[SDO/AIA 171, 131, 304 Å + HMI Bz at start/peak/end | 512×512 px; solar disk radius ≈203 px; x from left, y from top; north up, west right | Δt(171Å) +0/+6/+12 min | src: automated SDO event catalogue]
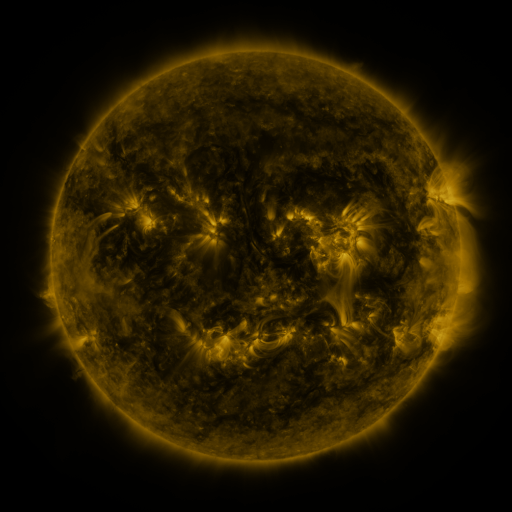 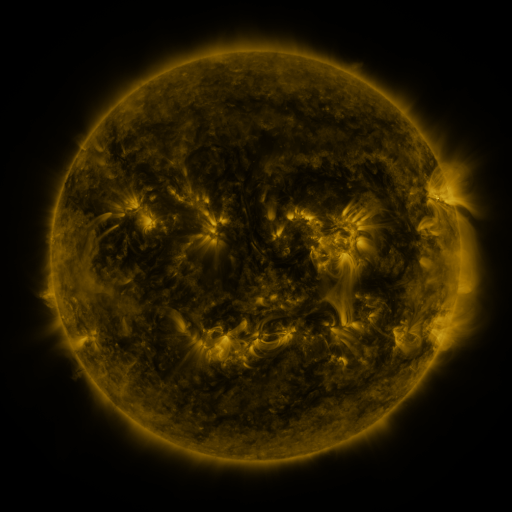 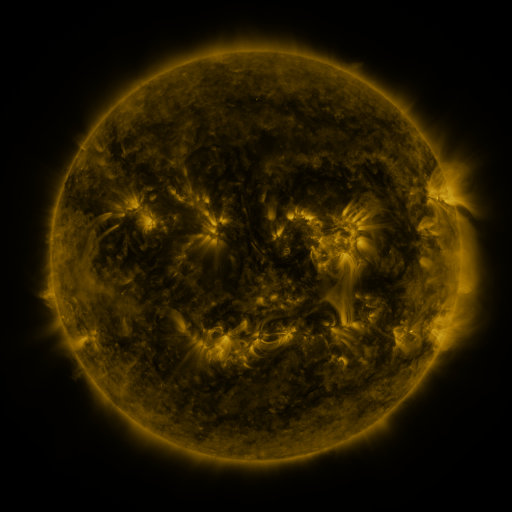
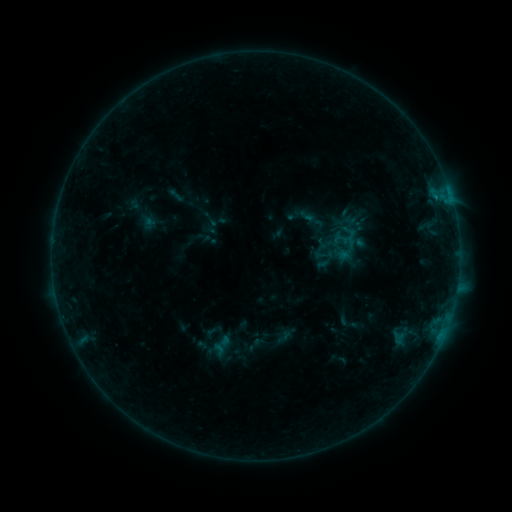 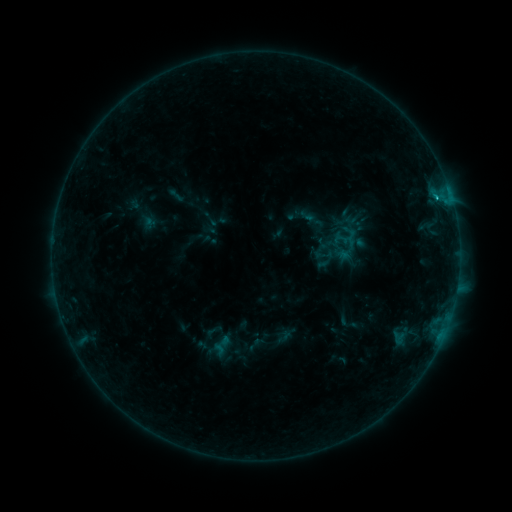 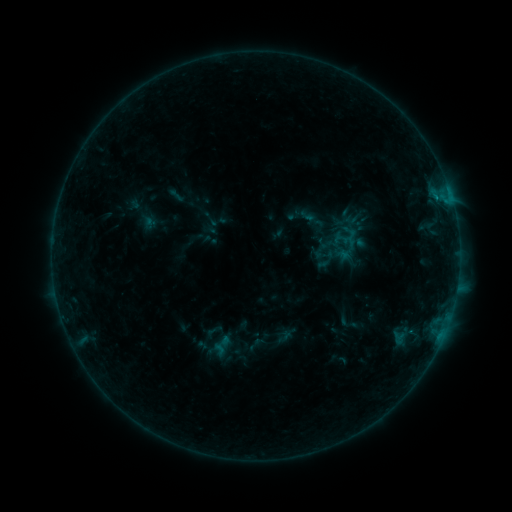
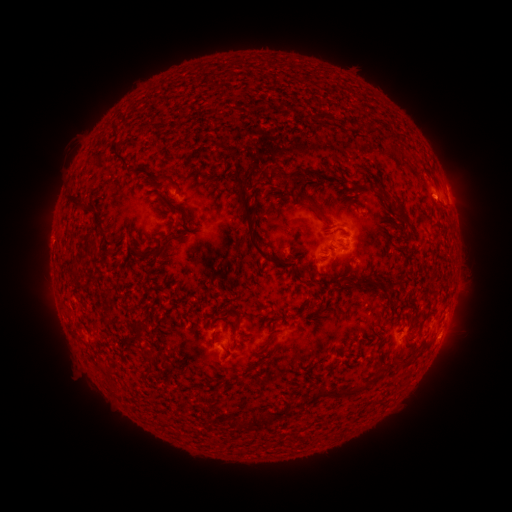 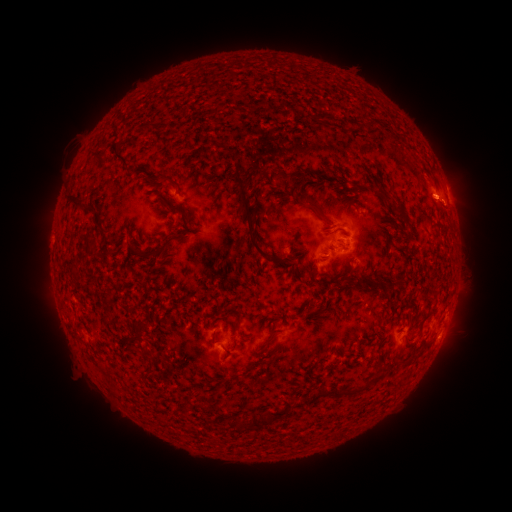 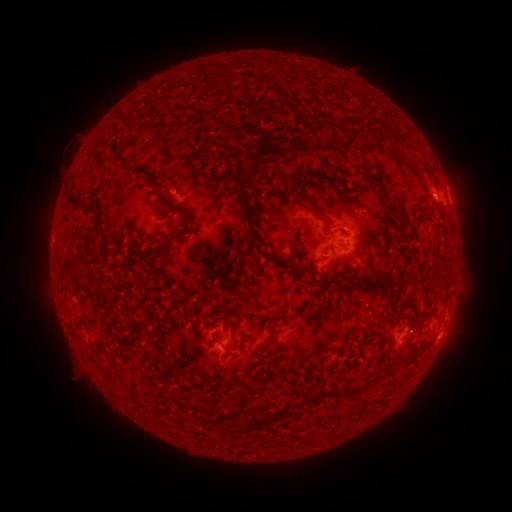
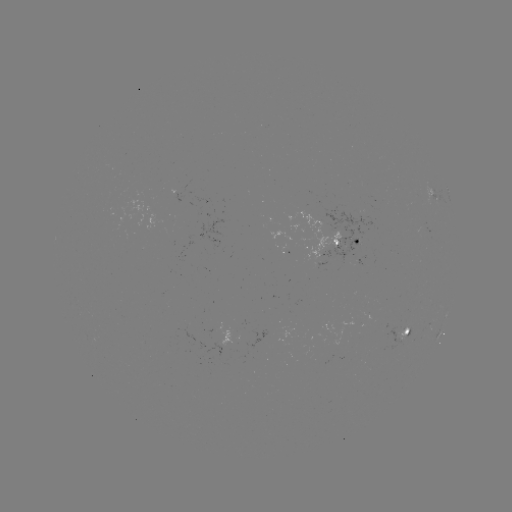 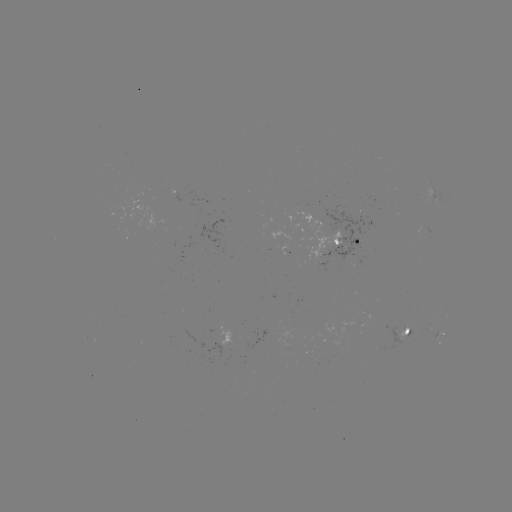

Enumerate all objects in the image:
B5.1 flare: (436, 198)
